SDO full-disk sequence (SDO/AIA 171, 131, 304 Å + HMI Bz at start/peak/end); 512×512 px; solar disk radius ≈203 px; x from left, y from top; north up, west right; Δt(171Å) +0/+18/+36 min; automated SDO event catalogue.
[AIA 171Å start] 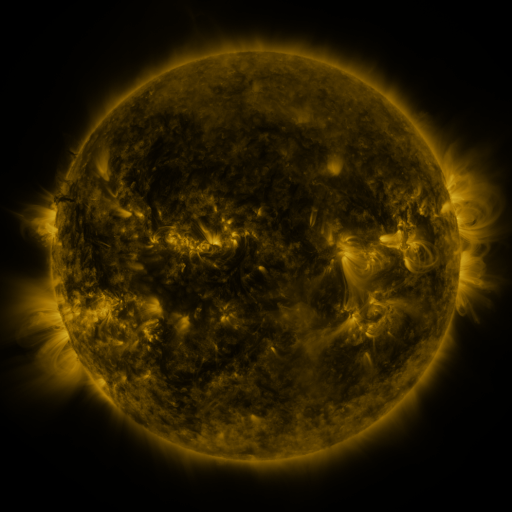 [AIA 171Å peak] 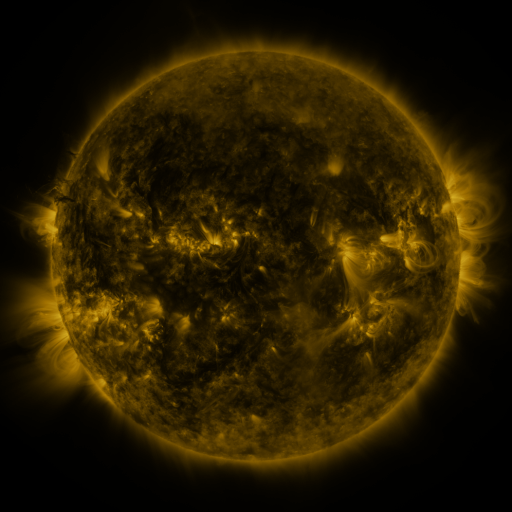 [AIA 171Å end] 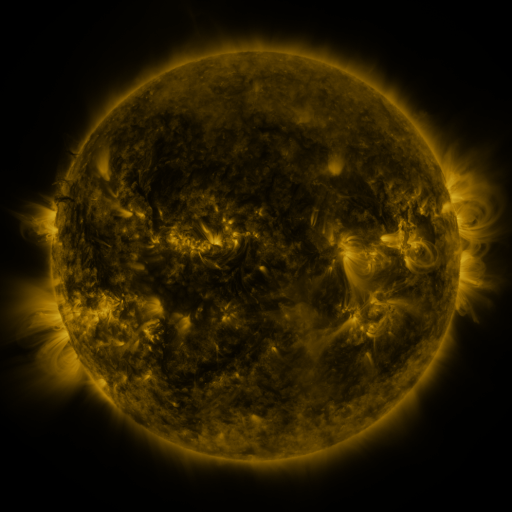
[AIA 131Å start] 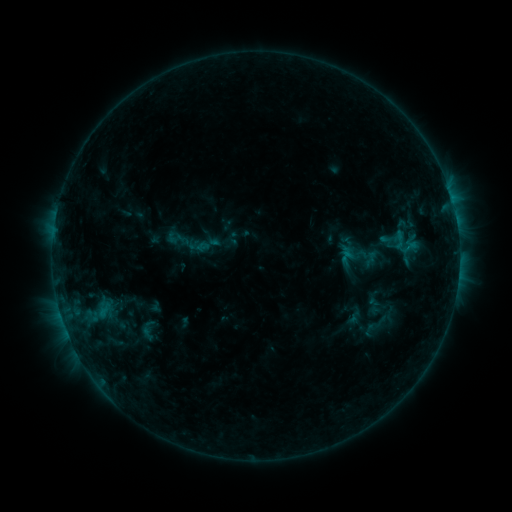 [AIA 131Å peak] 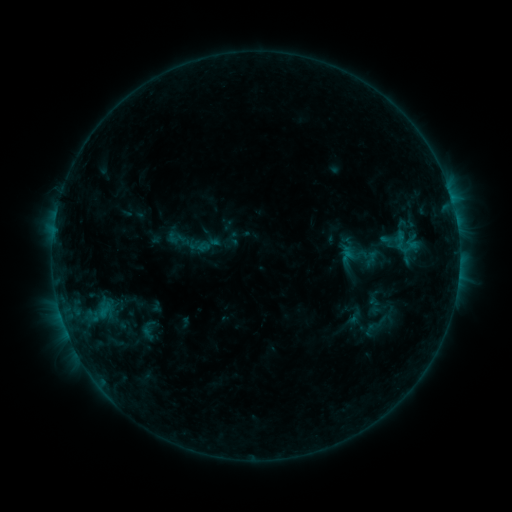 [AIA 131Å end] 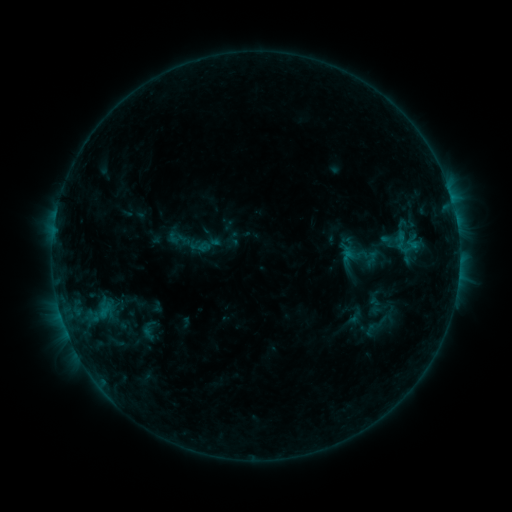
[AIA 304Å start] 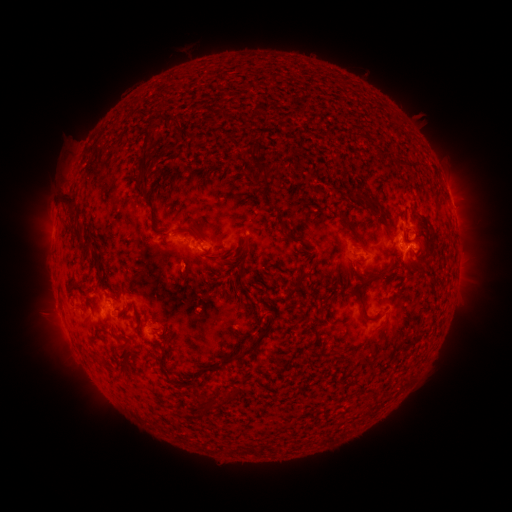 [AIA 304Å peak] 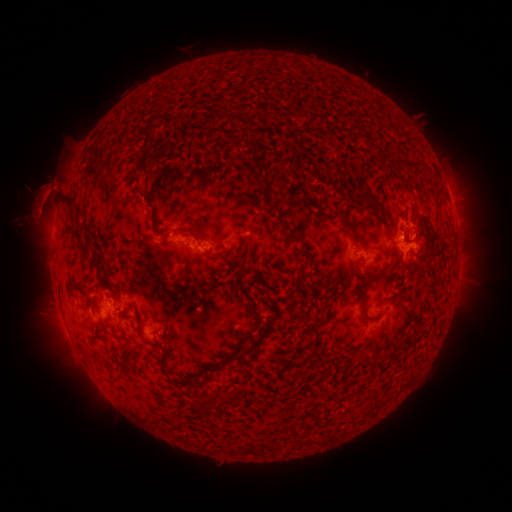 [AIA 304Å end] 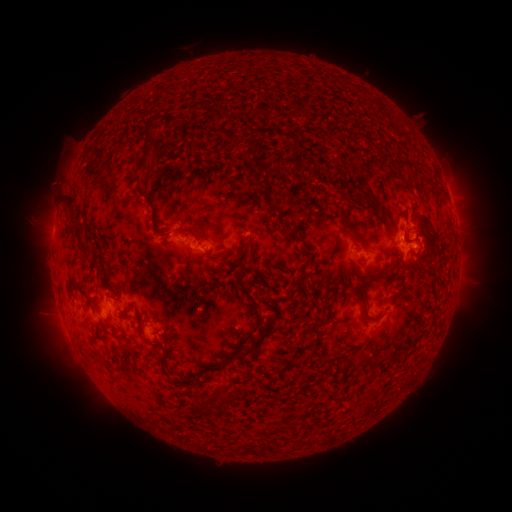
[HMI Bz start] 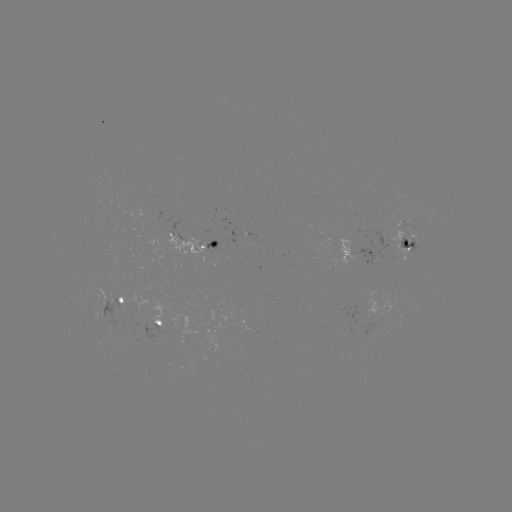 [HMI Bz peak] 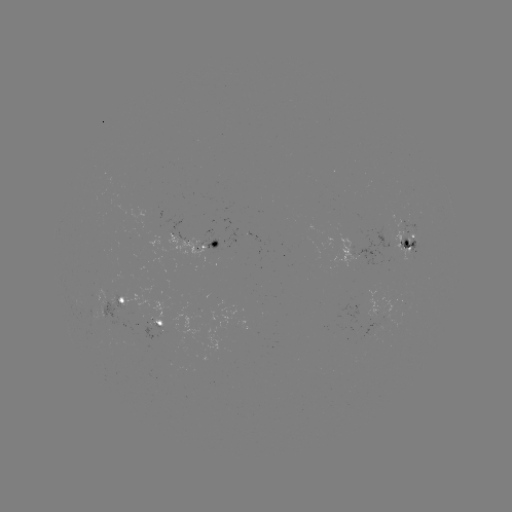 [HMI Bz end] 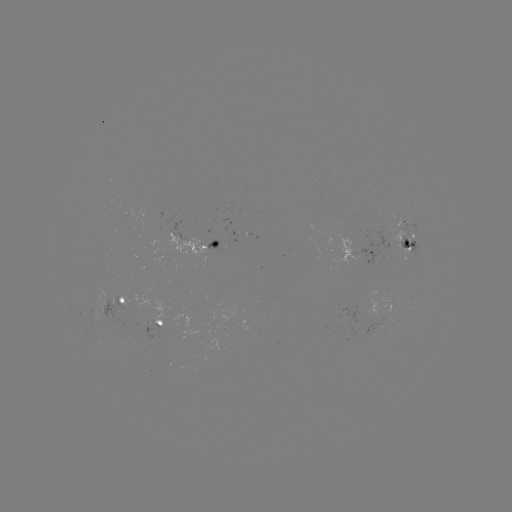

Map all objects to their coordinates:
eruption: (47, 196)
